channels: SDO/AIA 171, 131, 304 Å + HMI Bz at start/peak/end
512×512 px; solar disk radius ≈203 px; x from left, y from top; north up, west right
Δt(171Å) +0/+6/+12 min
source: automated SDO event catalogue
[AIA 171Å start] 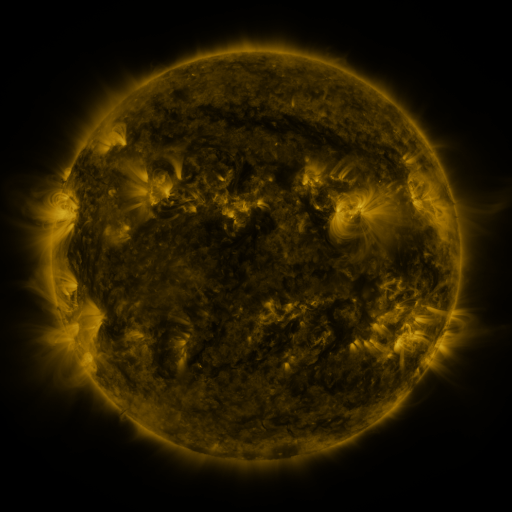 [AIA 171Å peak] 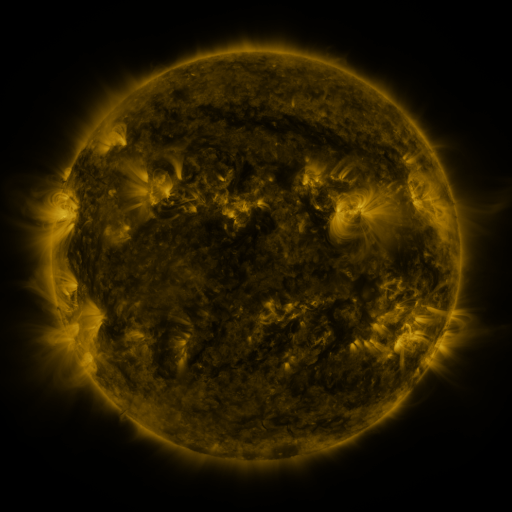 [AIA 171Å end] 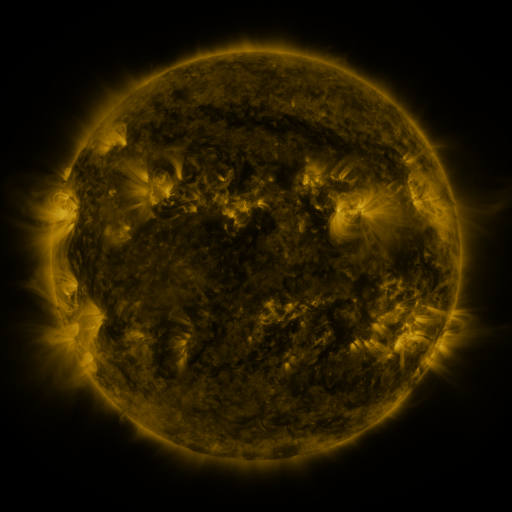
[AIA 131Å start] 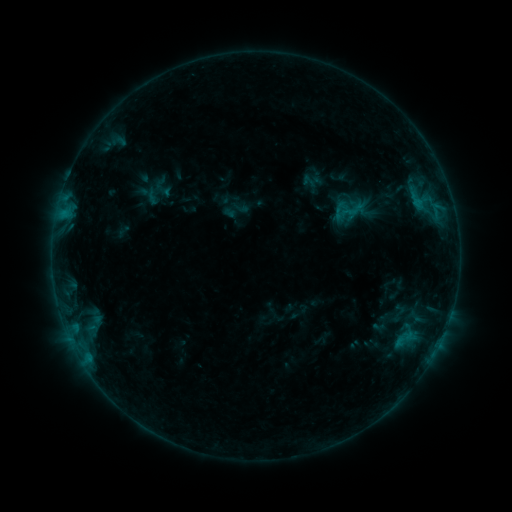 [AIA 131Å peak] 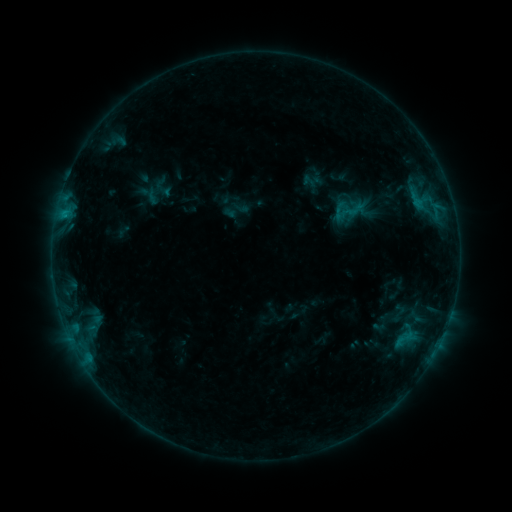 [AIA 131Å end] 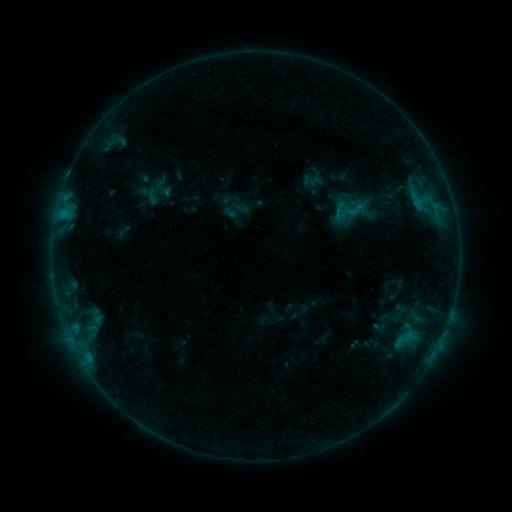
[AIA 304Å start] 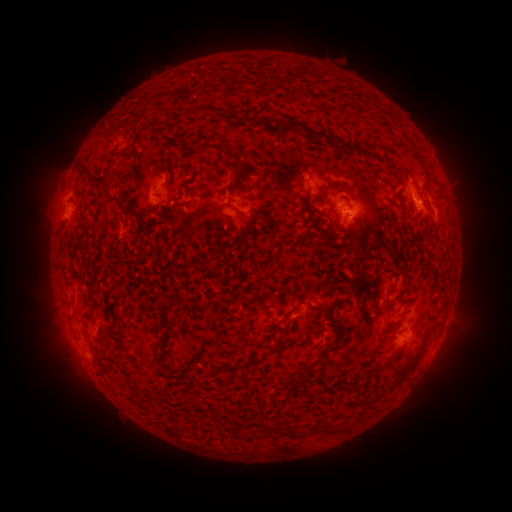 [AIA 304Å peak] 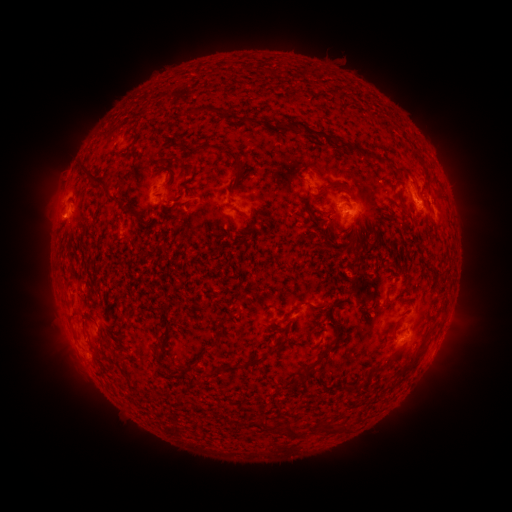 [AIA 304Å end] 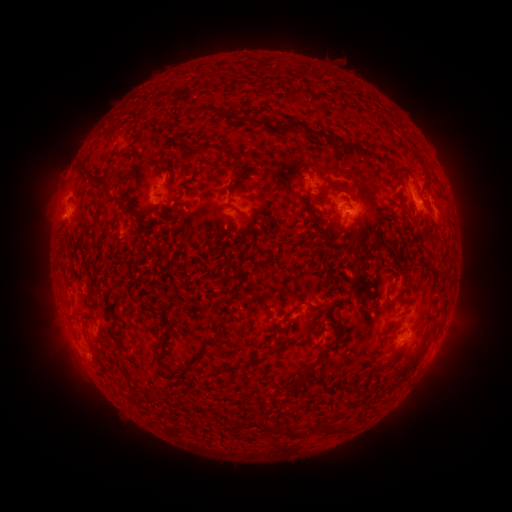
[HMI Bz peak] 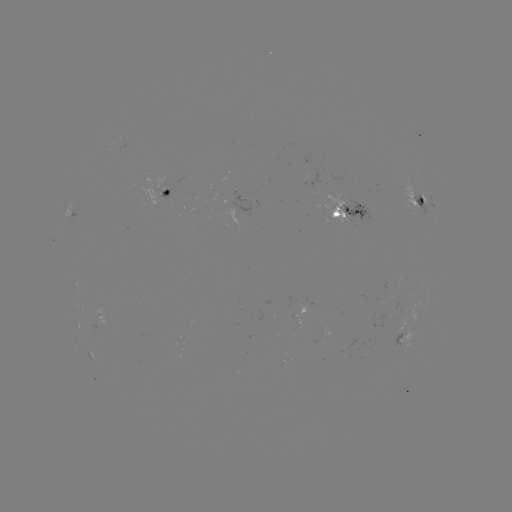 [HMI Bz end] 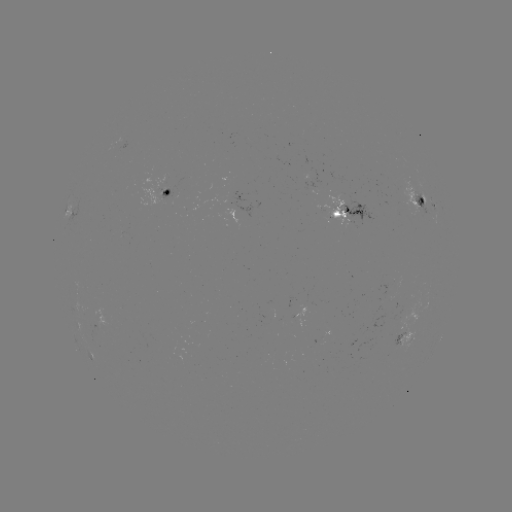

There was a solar eruption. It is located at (56, 219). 